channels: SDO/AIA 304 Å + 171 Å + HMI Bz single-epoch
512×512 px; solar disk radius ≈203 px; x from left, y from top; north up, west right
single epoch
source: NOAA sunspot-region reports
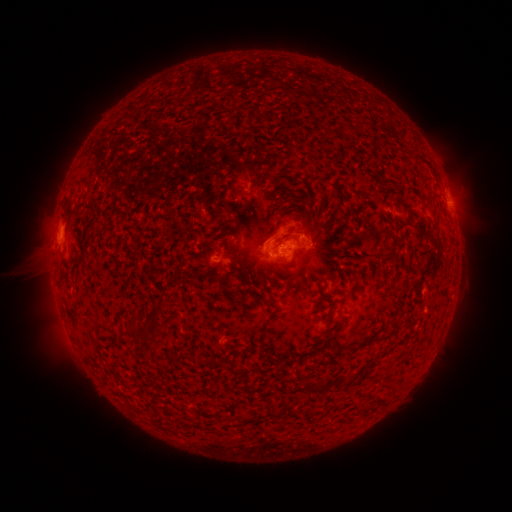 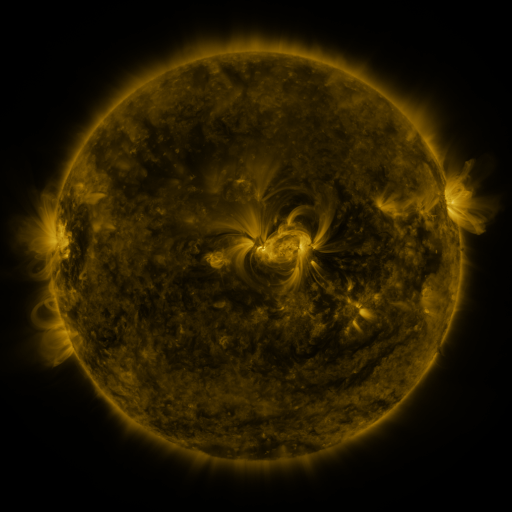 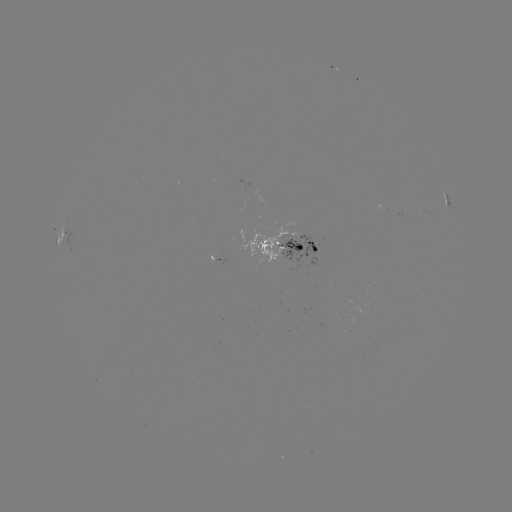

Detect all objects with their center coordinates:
spotted active region: (447, 199)
spotted active region: (63, 239)
spotted active region: (287, 248)
spotted active region: (220, 259)
